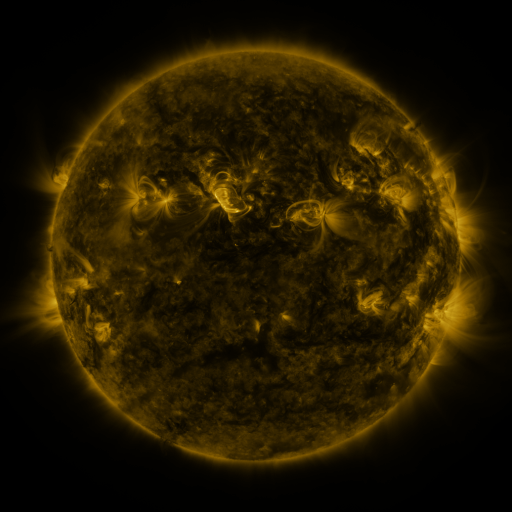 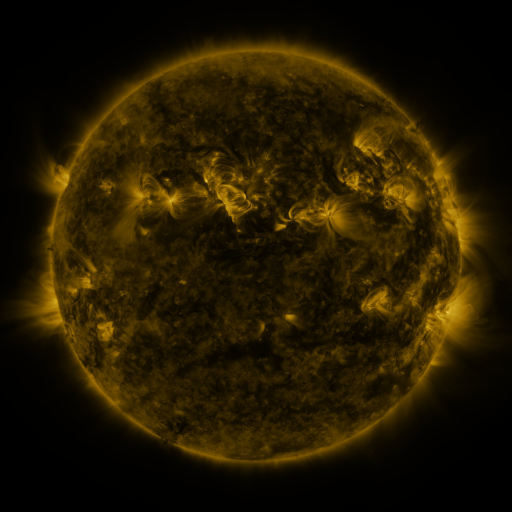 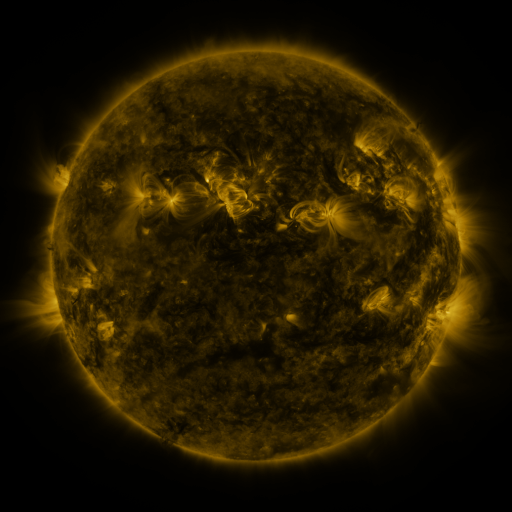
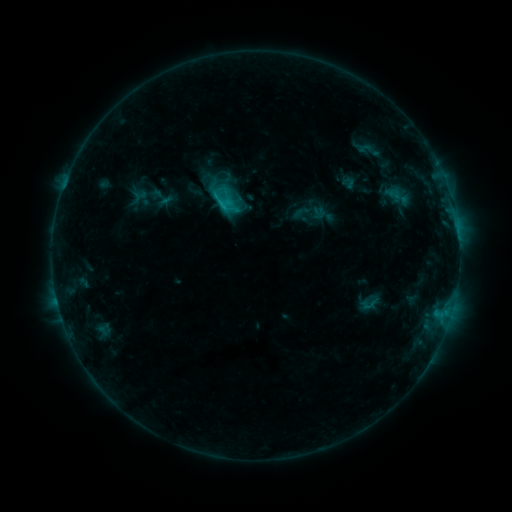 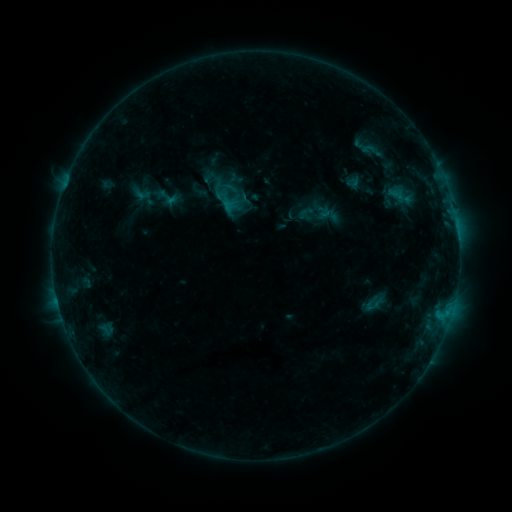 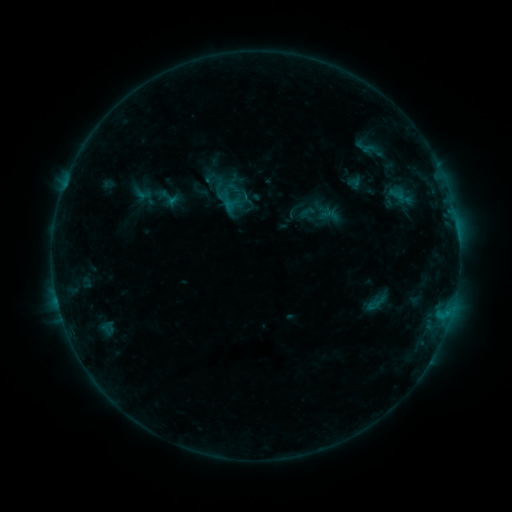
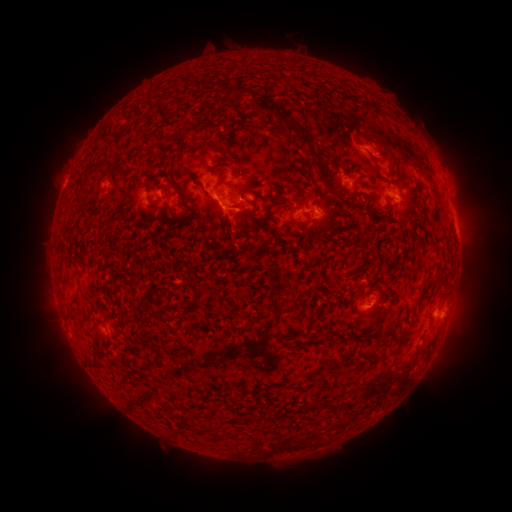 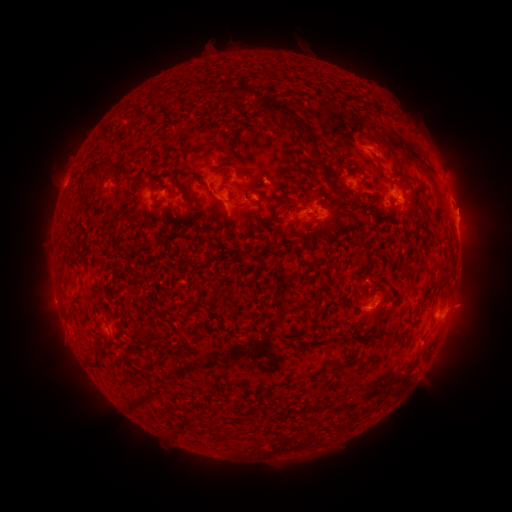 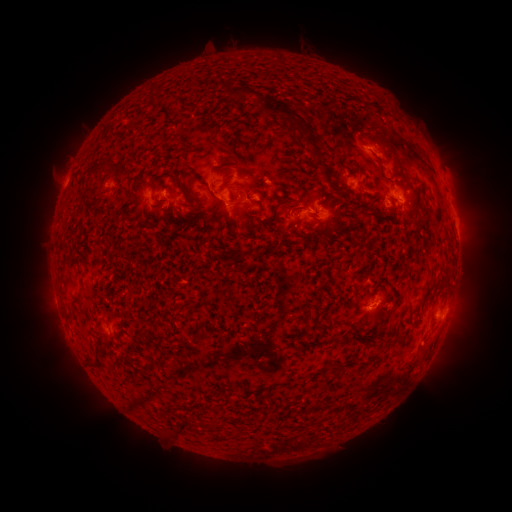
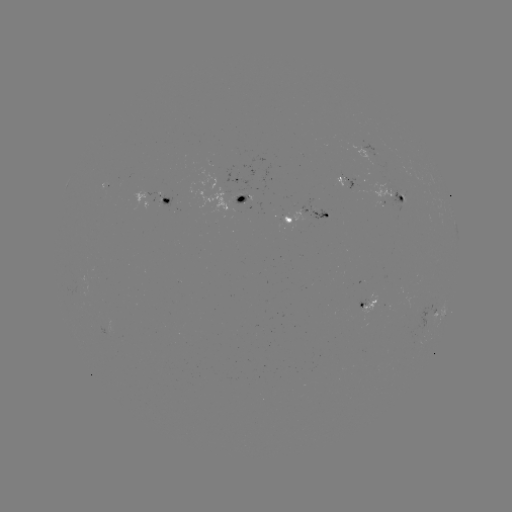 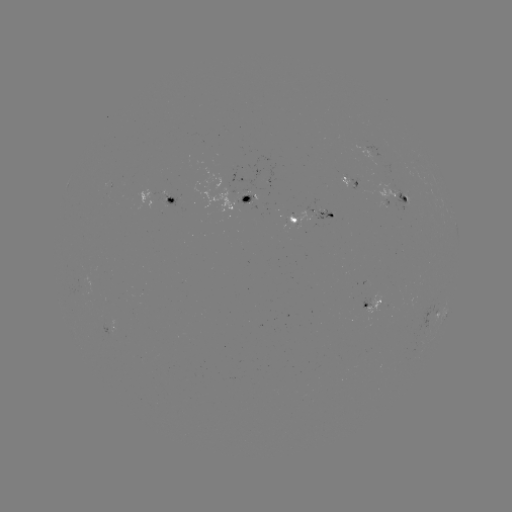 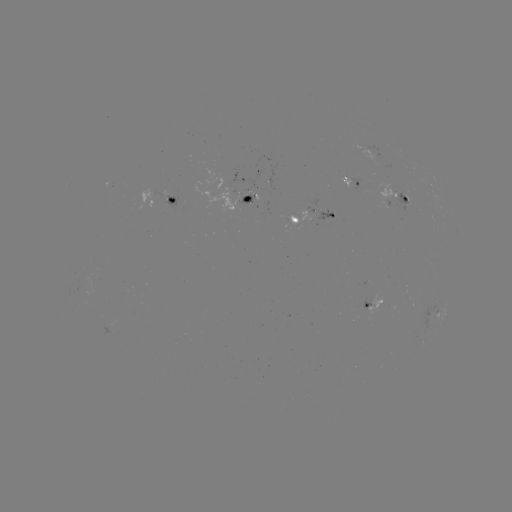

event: emerging-flux region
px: (268, 178)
